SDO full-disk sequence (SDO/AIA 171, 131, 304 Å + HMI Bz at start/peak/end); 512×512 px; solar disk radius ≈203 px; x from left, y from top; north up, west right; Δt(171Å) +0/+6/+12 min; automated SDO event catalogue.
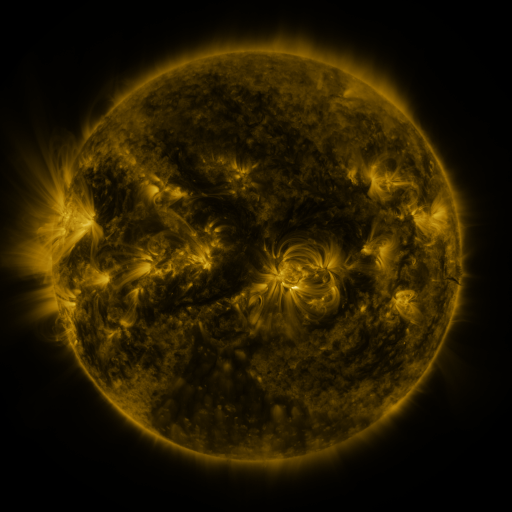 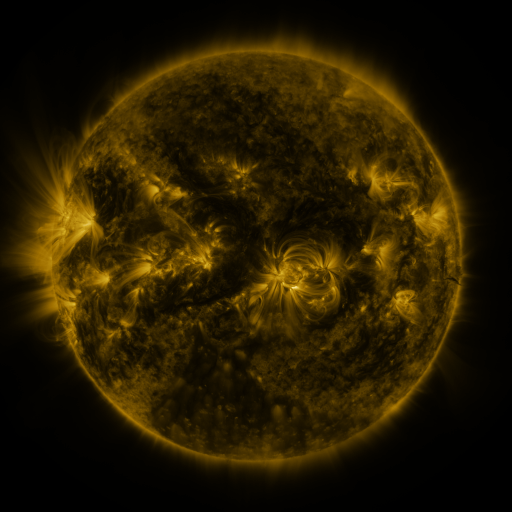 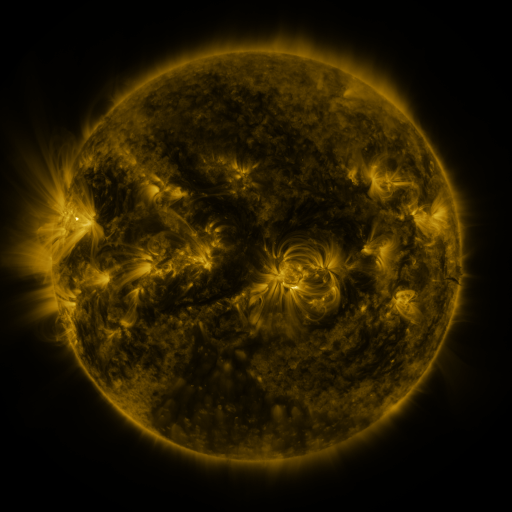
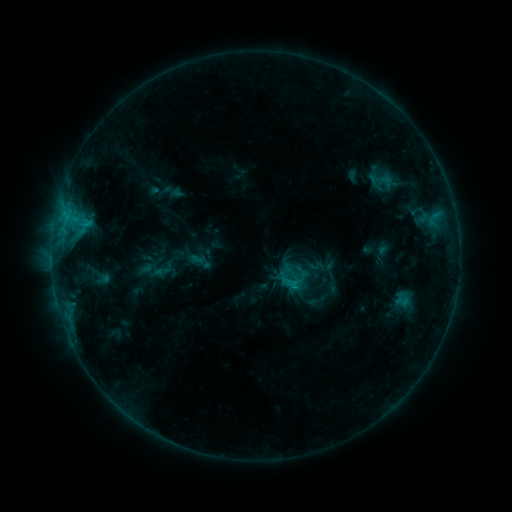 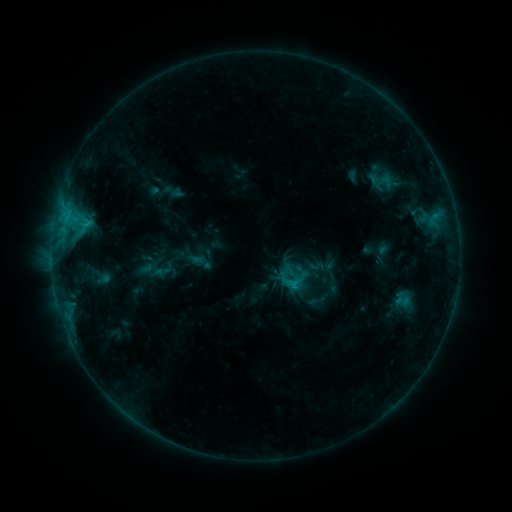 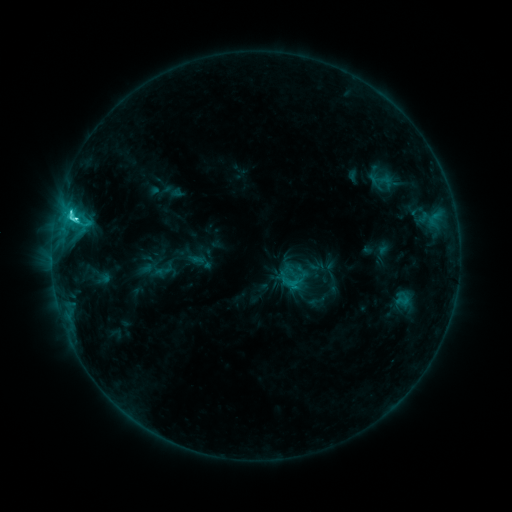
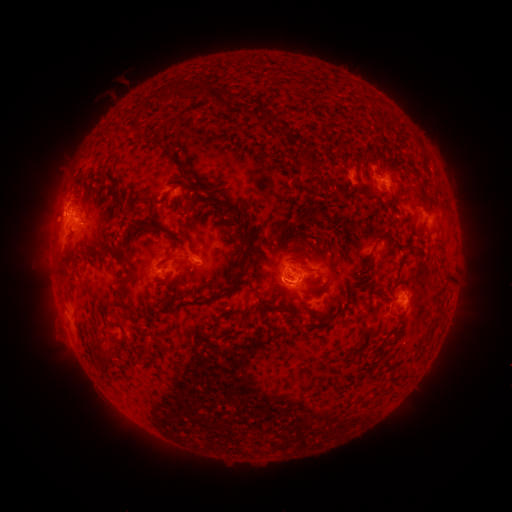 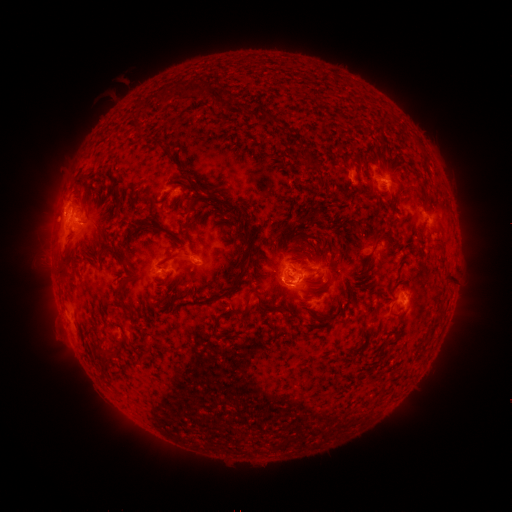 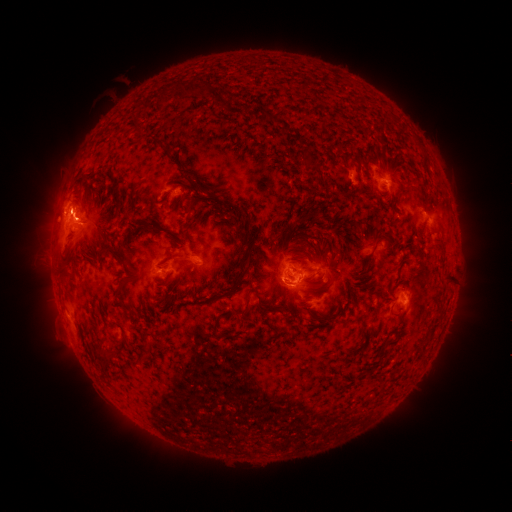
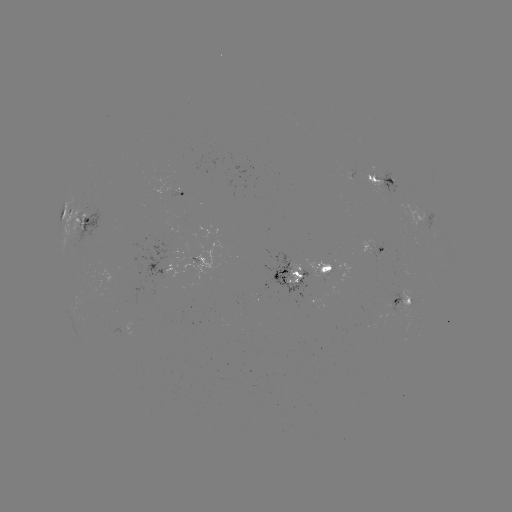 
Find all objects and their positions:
eruption: (66, 216)
